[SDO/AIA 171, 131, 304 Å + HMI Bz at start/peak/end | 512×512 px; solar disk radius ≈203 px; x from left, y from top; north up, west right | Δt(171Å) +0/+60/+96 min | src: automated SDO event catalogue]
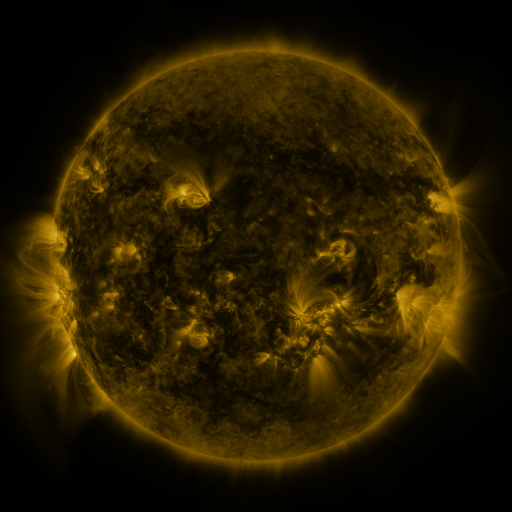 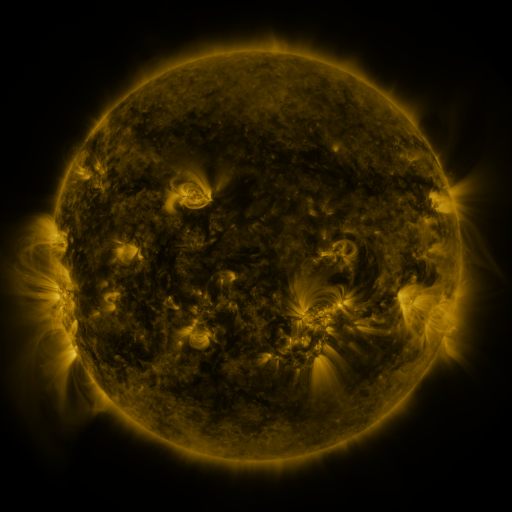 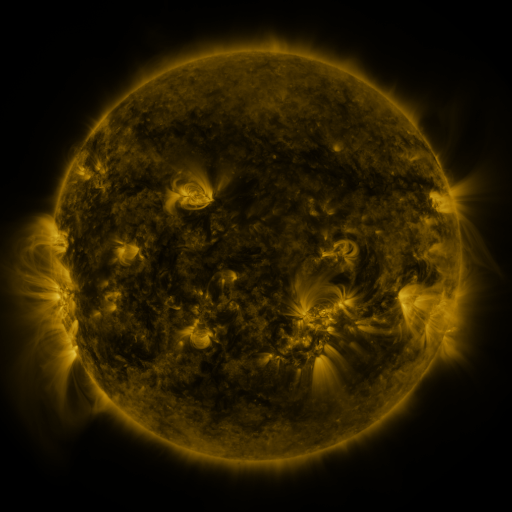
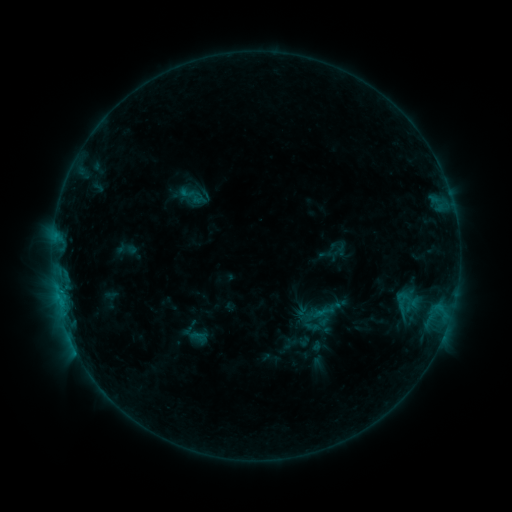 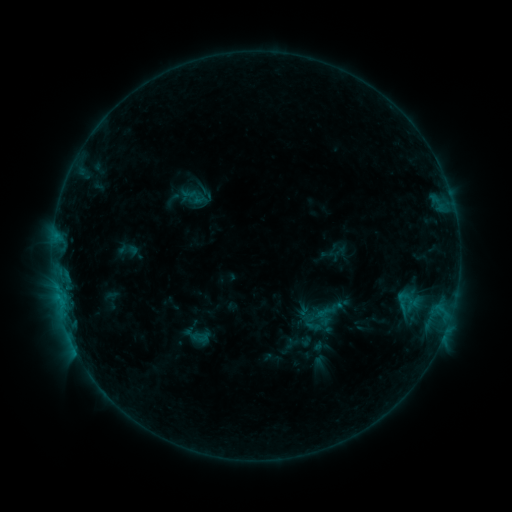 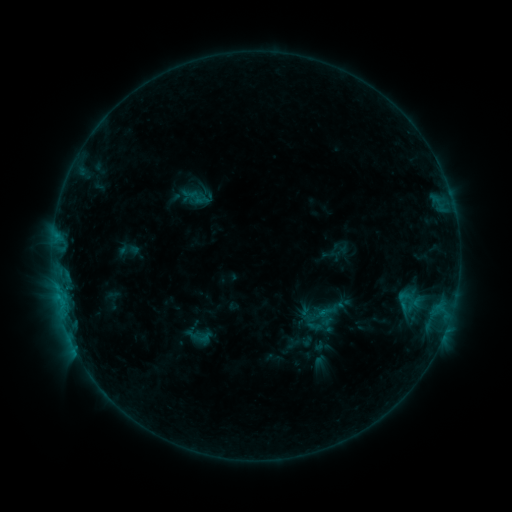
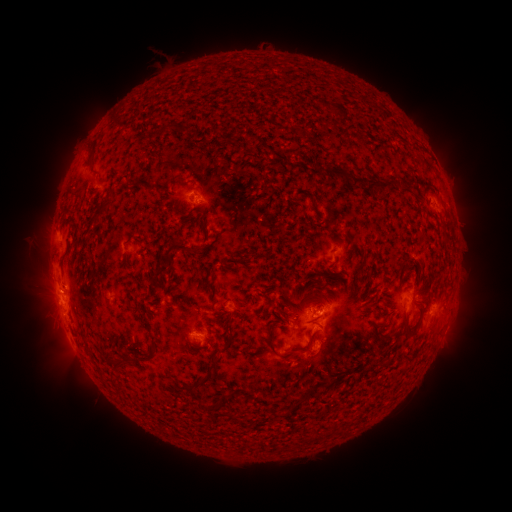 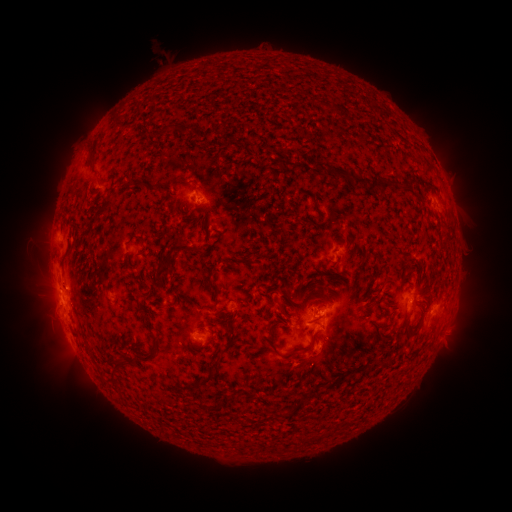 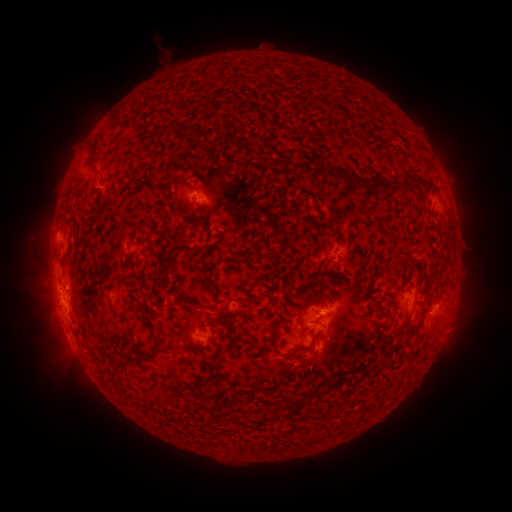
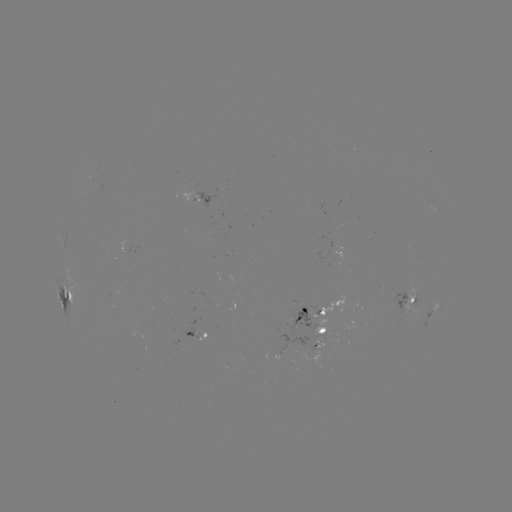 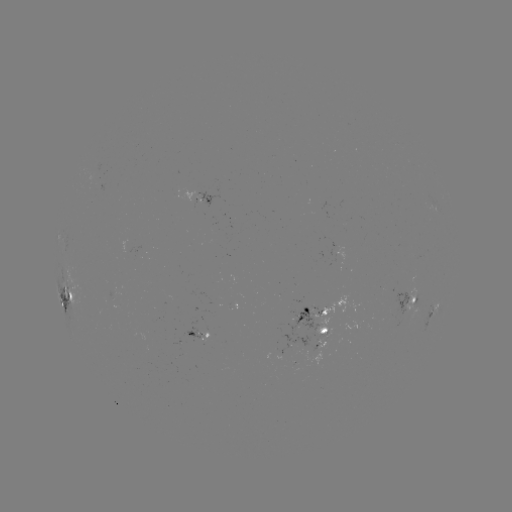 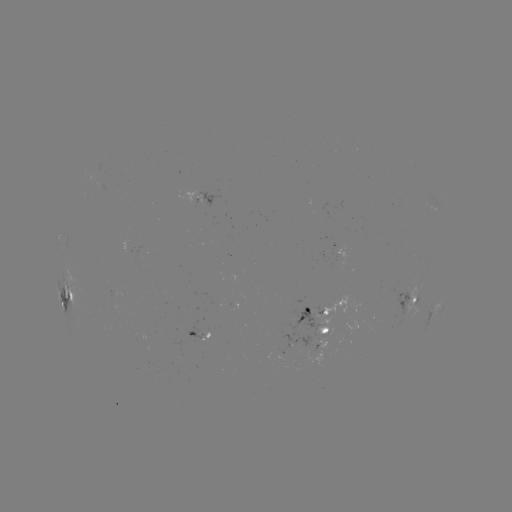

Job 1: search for emerging-flux region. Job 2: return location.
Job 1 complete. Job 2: [406, 311].